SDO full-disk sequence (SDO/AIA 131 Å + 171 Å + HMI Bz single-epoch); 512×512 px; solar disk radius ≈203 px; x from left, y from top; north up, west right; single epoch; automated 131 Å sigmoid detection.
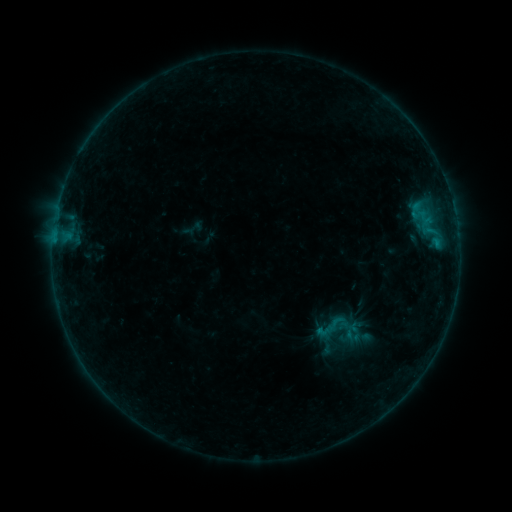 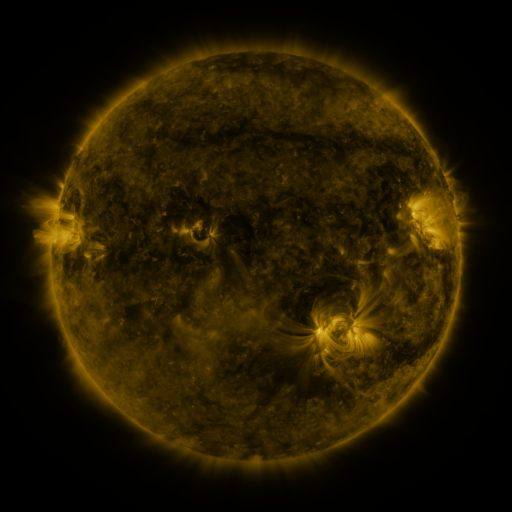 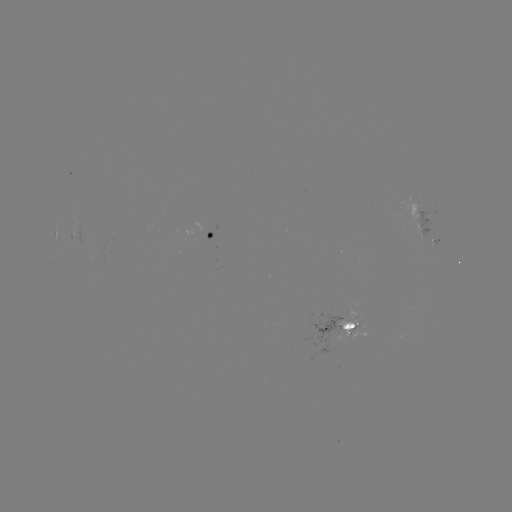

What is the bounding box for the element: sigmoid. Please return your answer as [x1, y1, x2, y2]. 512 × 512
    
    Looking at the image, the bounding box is [338, 329, 354, 345].